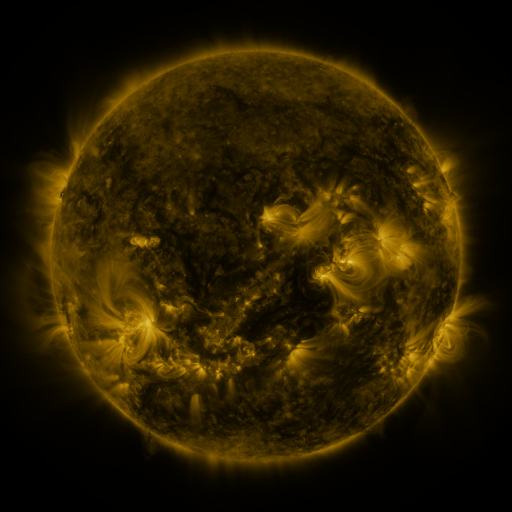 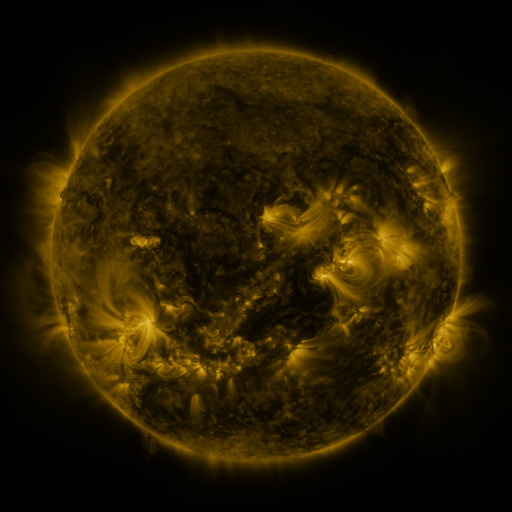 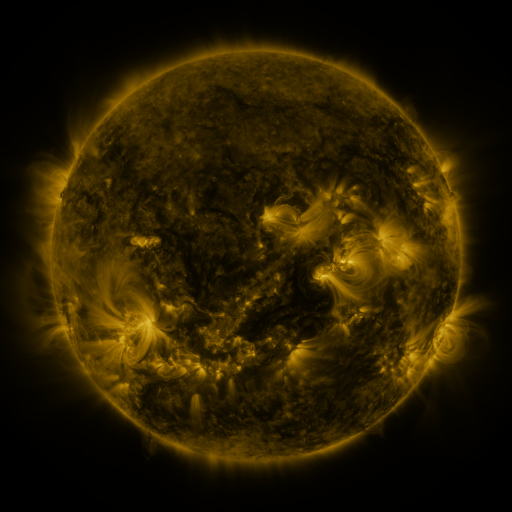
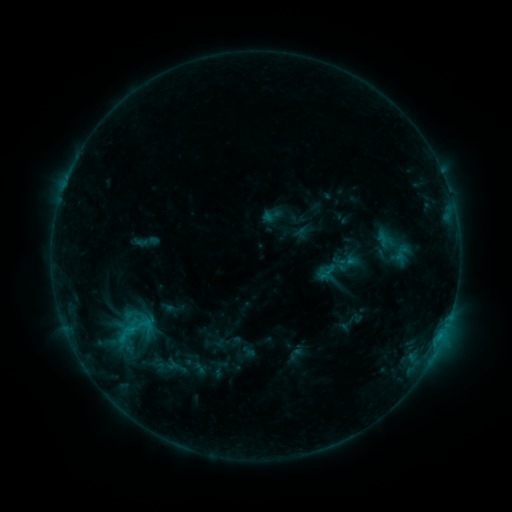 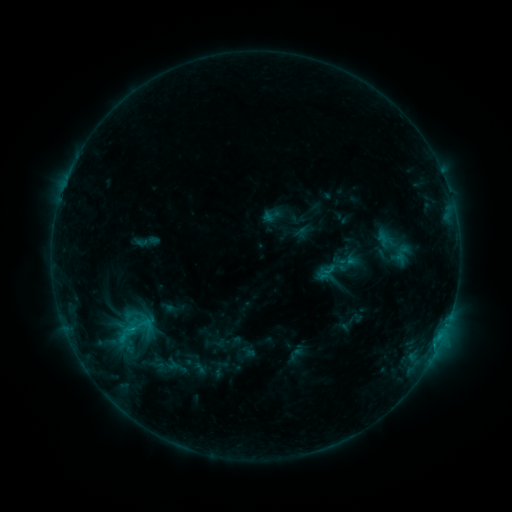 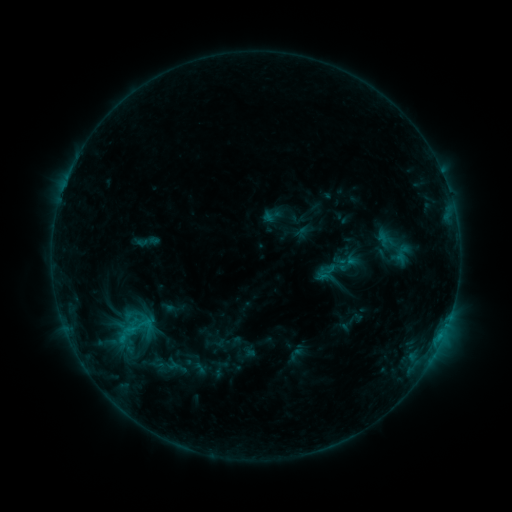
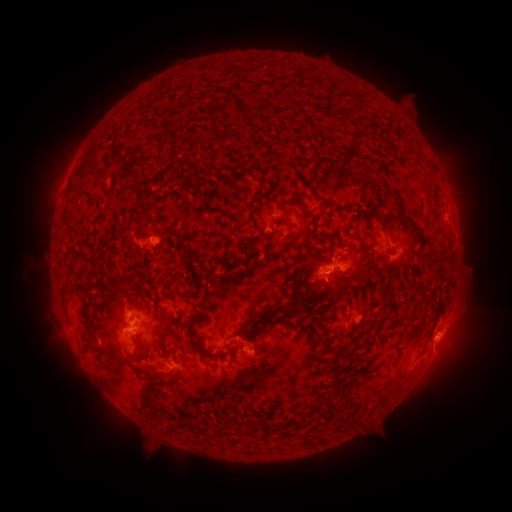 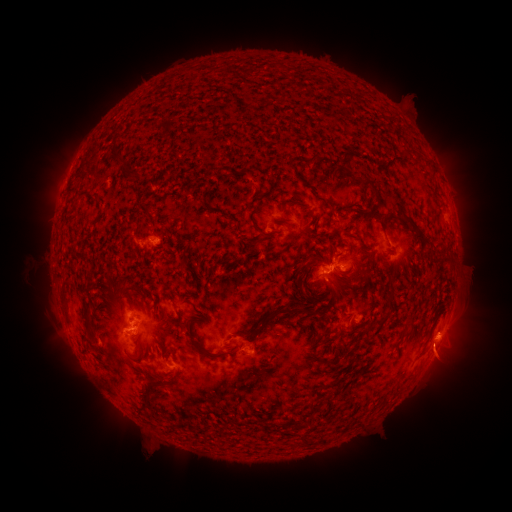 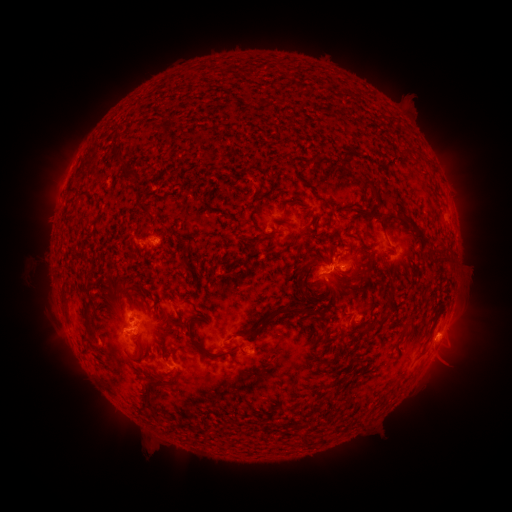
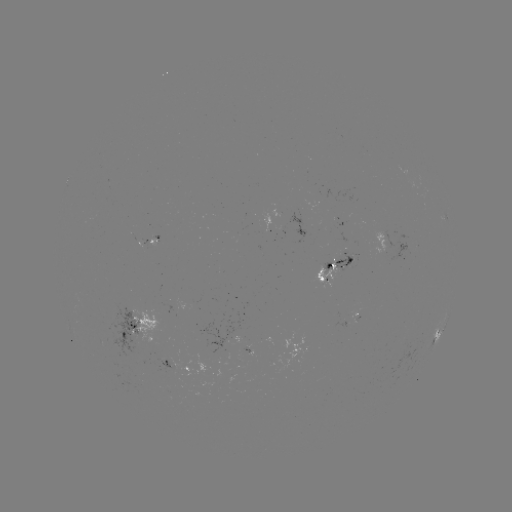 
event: eruption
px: (445, 355)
